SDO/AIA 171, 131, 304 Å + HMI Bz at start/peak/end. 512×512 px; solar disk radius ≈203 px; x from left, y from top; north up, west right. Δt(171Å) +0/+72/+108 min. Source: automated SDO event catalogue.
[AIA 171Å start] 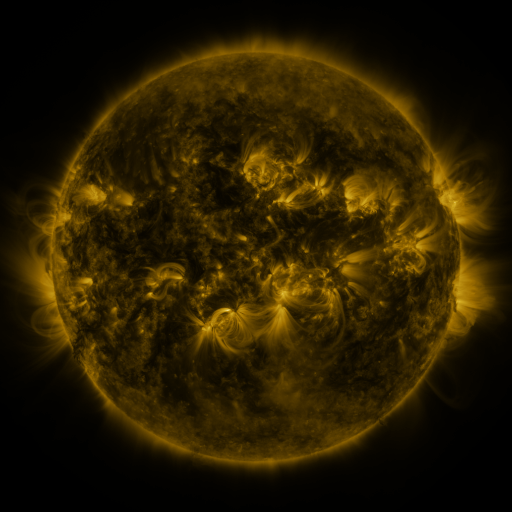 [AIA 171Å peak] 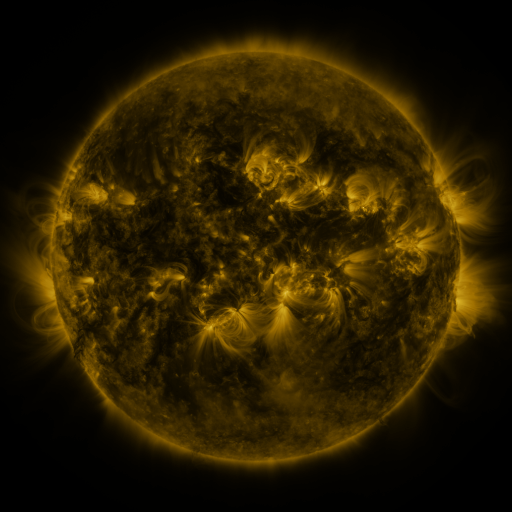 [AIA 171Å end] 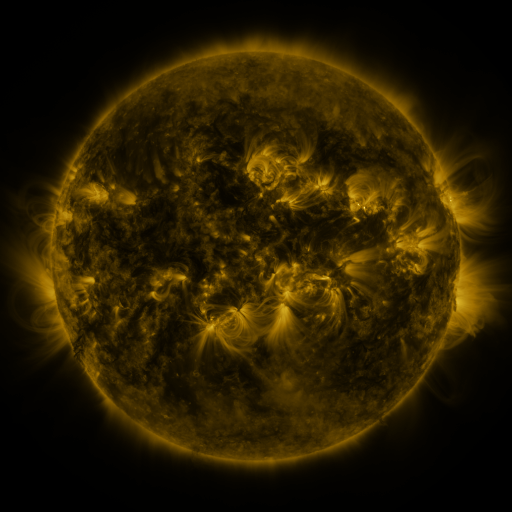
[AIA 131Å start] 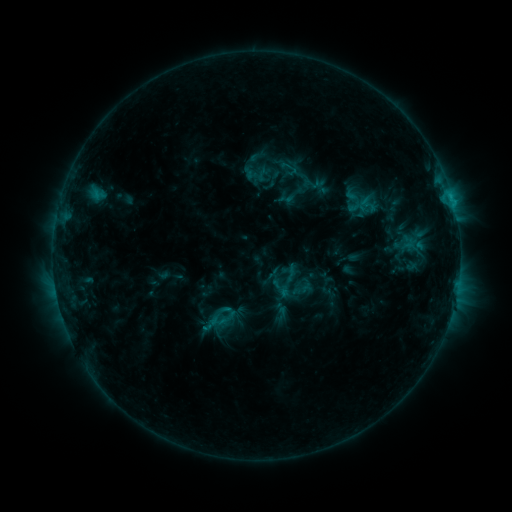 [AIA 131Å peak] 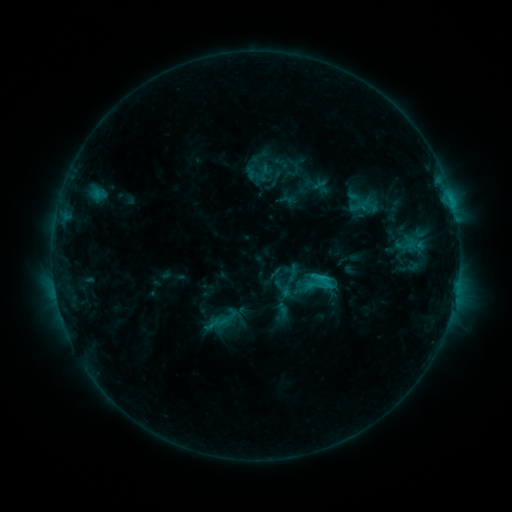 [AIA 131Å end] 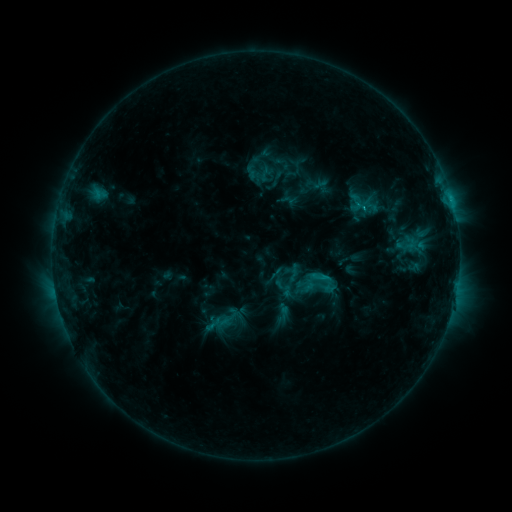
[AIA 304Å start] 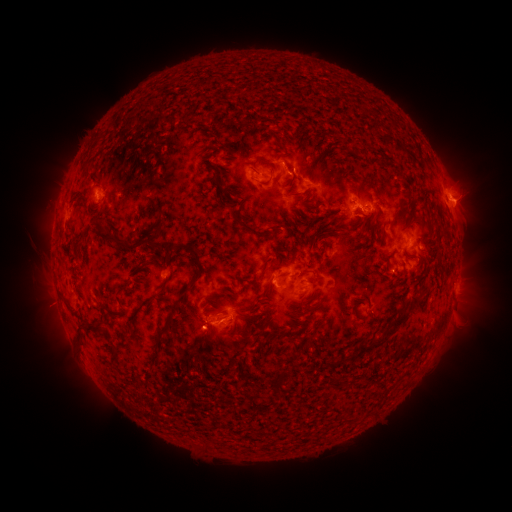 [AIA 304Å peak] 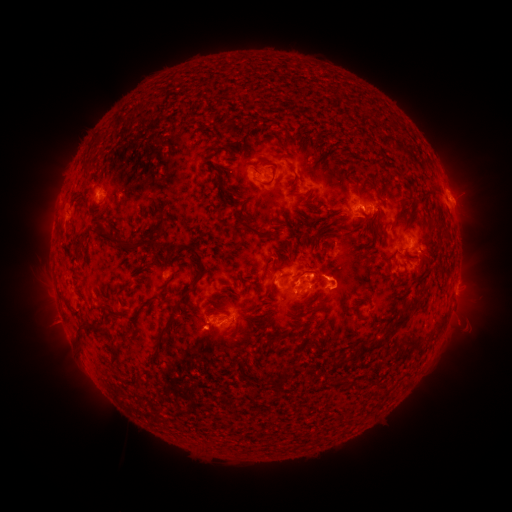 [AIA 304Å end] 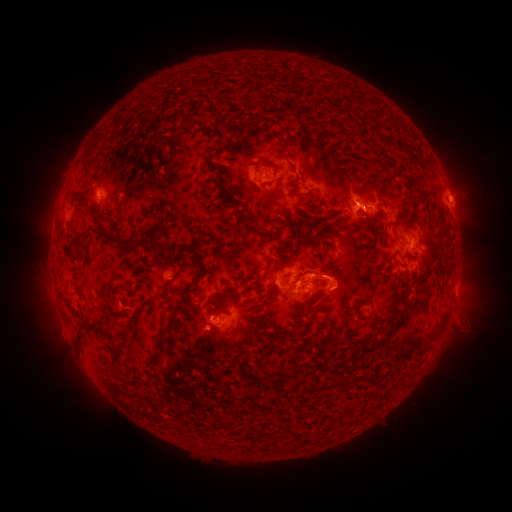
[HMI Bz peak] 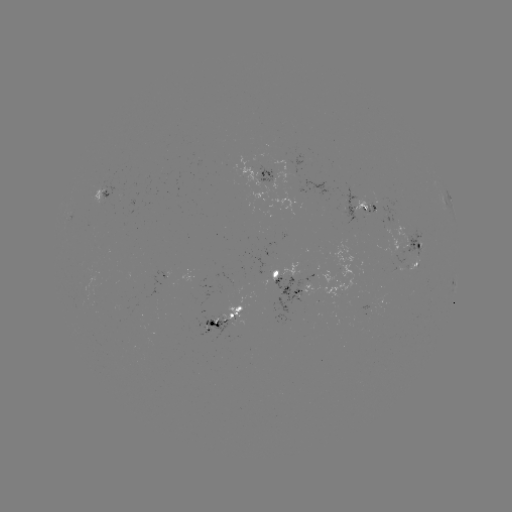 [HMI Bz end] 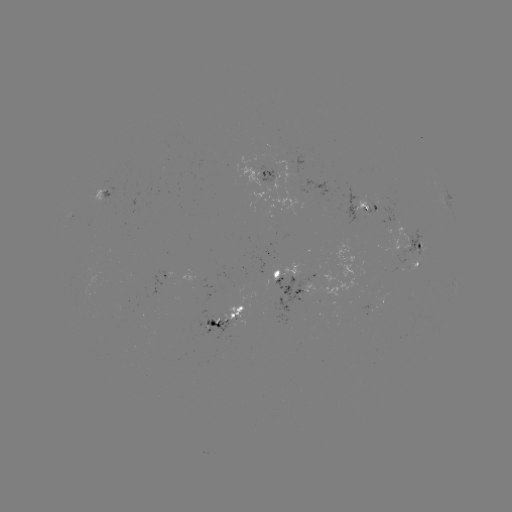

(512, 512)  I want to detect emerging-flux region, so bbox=[255, 164, 272, 183].